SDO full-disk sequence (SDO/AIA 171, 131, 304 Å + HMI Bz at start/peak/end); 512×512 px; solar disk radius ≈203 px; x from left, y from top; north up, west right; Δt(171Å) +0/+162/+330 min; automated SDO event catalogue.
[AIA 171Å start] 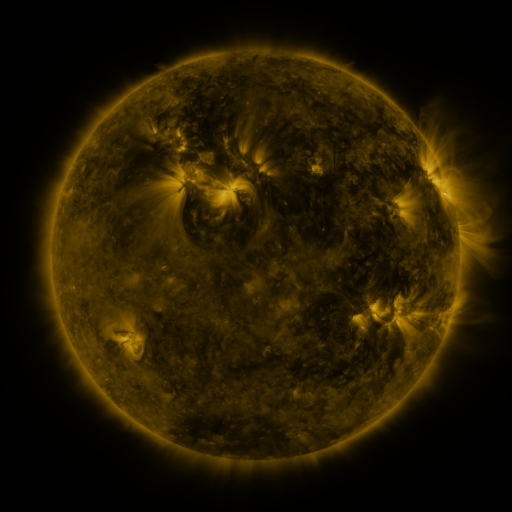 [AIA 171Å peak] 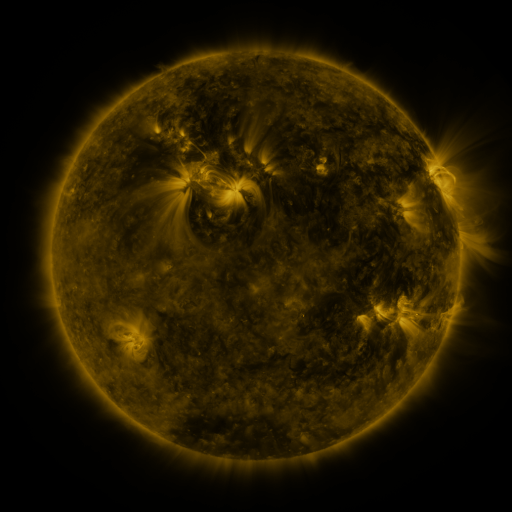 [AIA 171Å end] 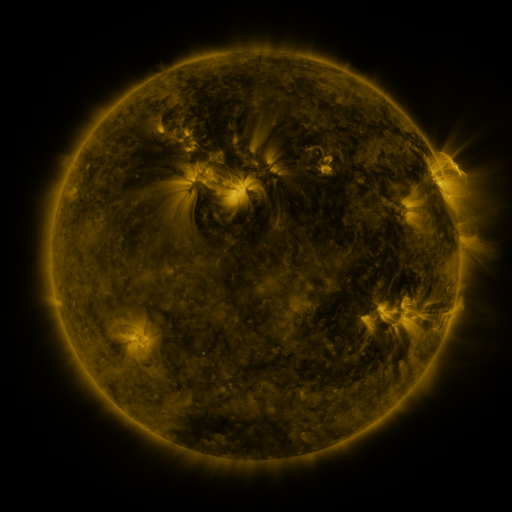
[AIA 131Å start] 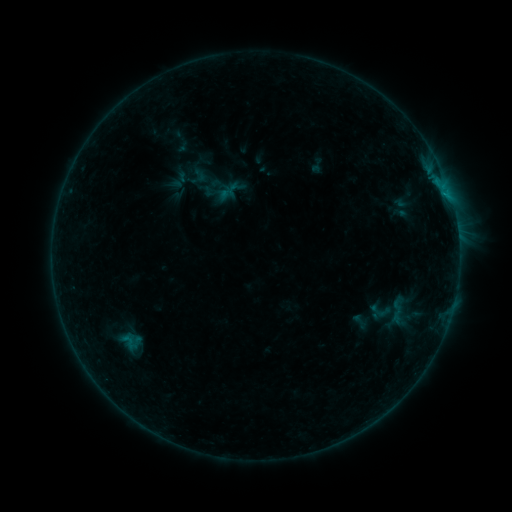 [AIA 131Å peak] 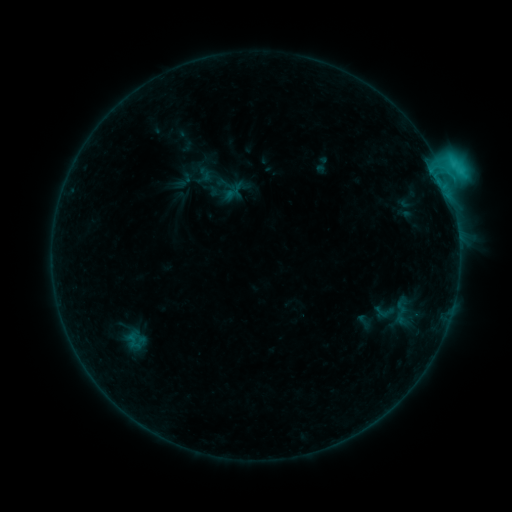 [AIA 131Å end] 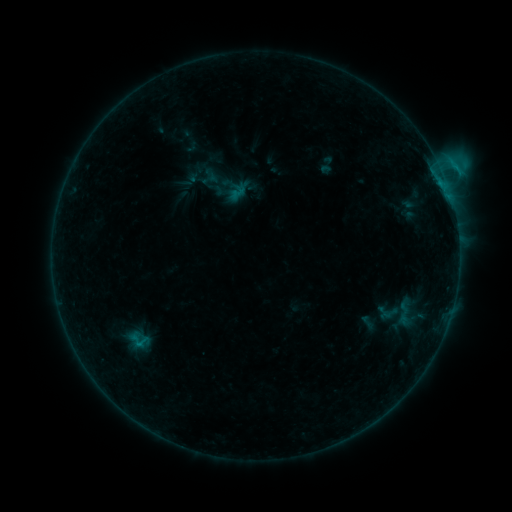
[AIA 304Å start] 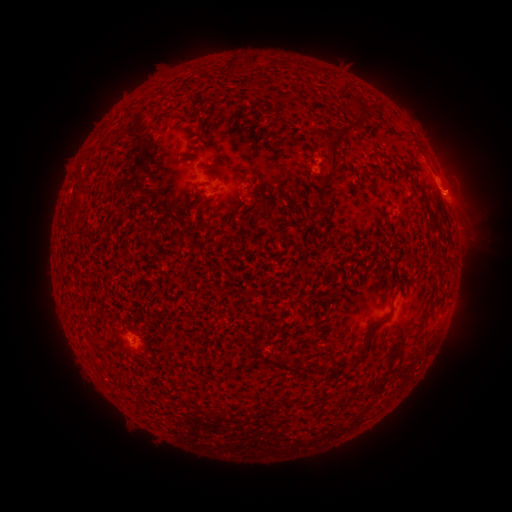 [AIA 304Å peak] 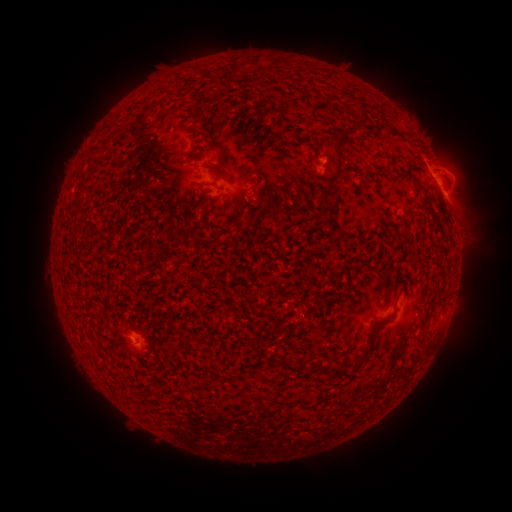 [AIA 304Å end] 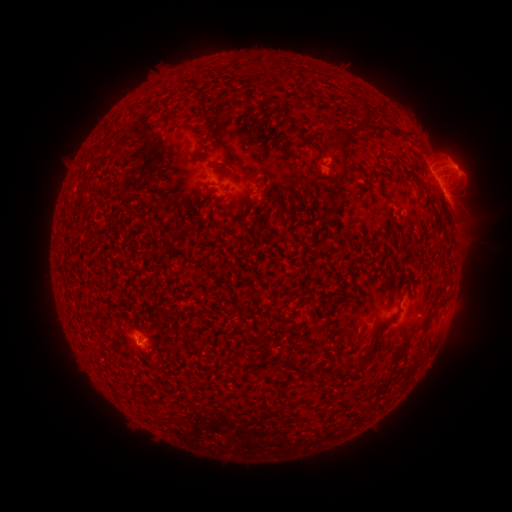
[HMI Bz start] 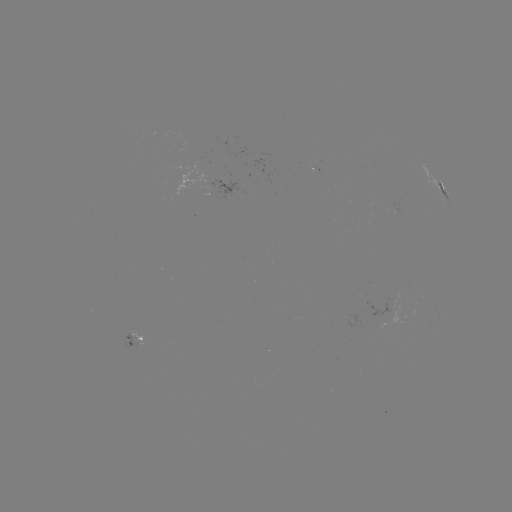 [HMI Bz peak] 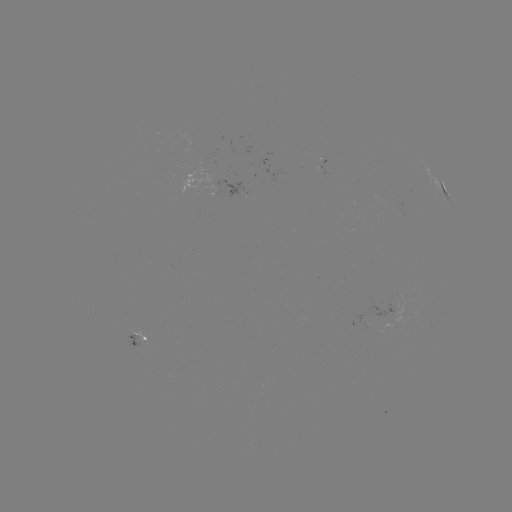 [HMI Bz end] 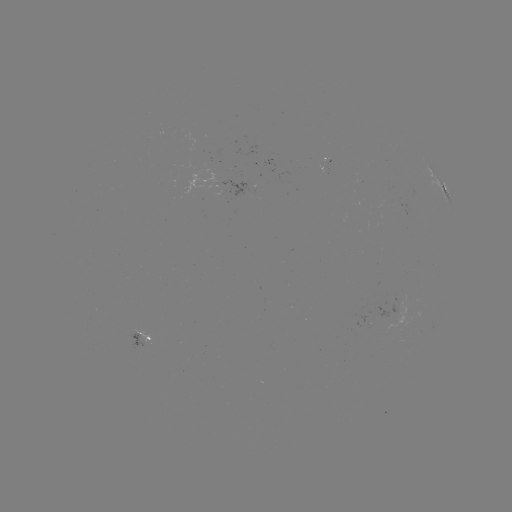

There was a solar flare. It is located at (442, 175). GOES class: C3.7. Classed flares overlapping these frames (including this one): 1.